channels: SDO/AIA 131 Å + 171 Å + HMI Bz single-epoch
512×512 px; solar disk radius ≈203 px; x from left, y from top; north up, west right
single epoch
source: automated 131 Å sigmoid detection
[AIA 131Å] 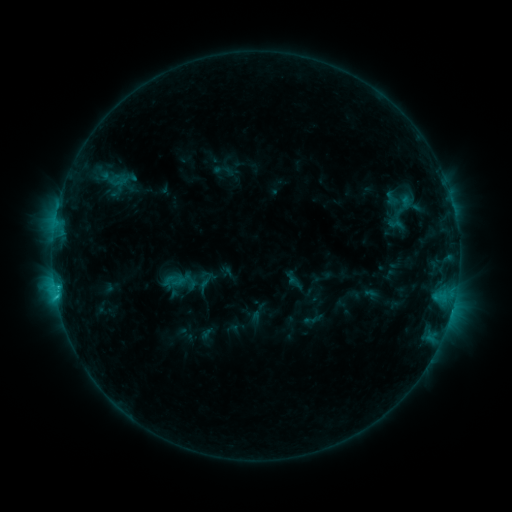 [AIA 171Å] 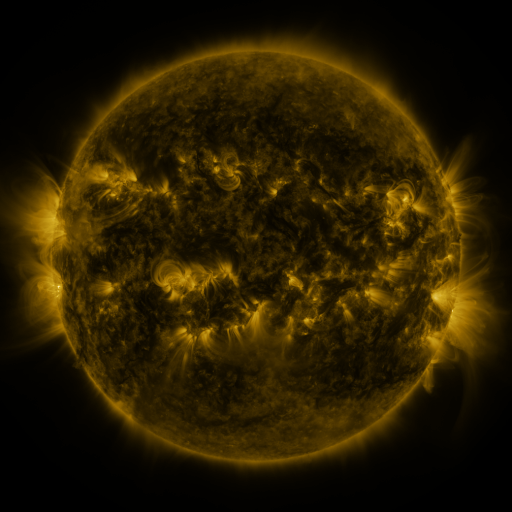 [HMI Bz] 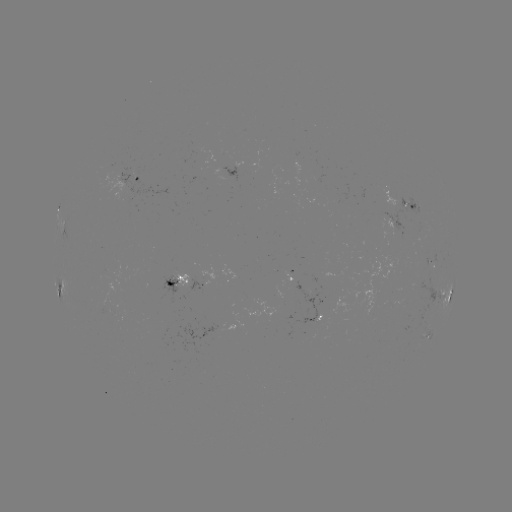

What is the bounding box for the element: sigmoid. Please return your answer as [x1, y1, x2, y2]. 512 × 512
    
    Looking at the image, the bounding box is [108, 171, 128, 191].